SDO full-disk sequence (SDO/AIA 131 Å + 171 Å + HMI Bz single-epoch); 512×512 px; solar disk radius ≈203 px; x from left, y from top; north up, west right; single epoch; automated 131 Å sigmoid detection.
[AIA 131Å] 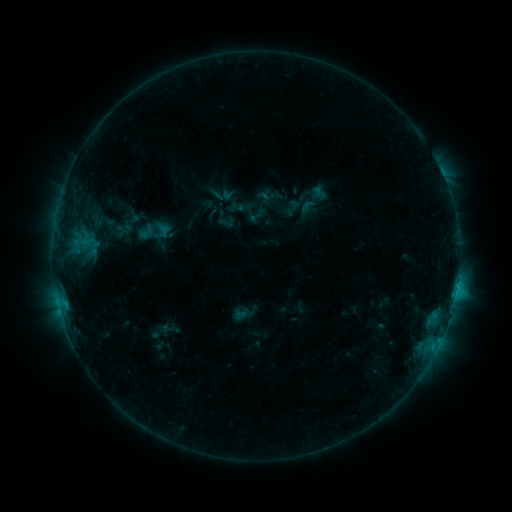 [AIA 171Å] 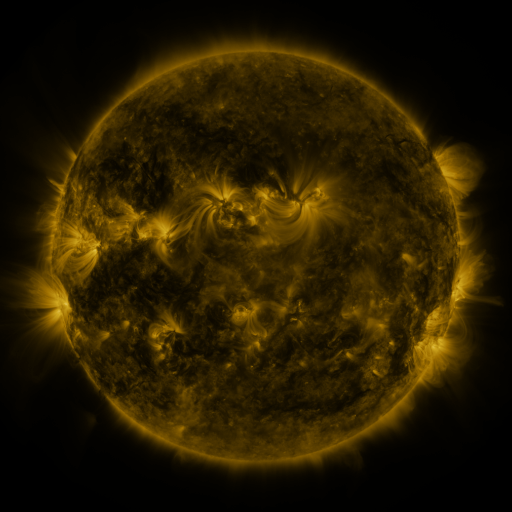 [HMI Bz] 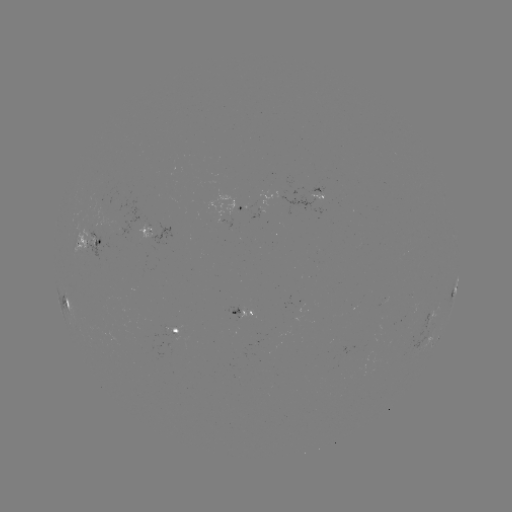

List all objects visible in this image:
sigmoid: [247, 205, 268, 225]
